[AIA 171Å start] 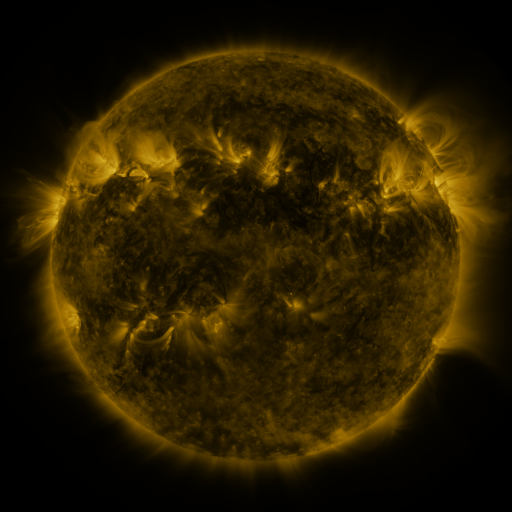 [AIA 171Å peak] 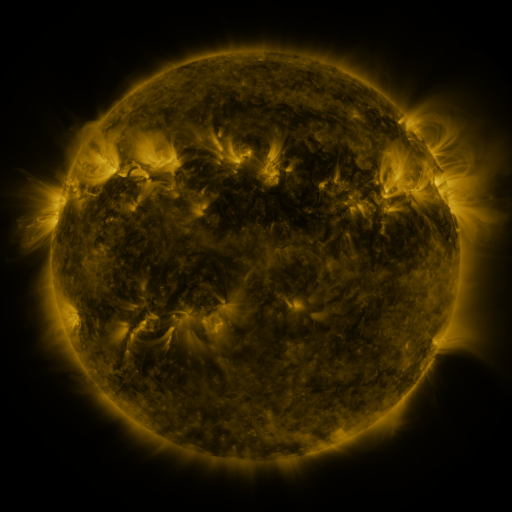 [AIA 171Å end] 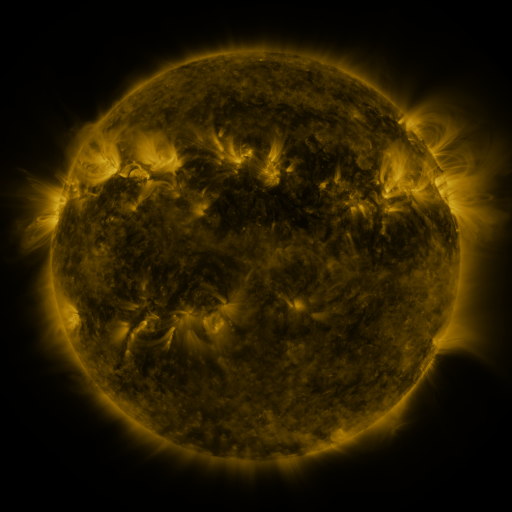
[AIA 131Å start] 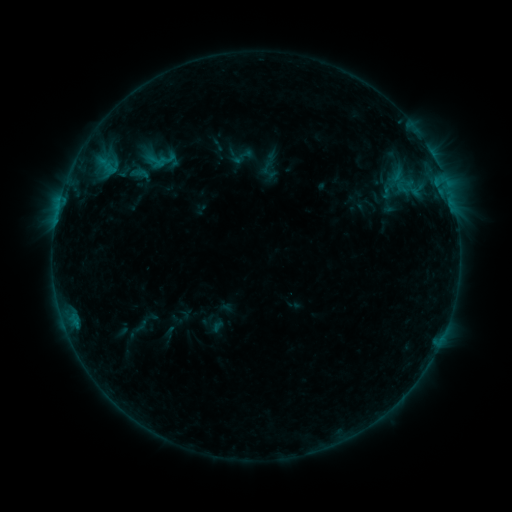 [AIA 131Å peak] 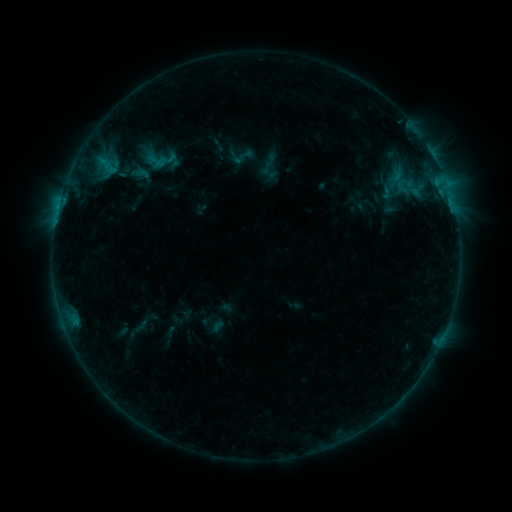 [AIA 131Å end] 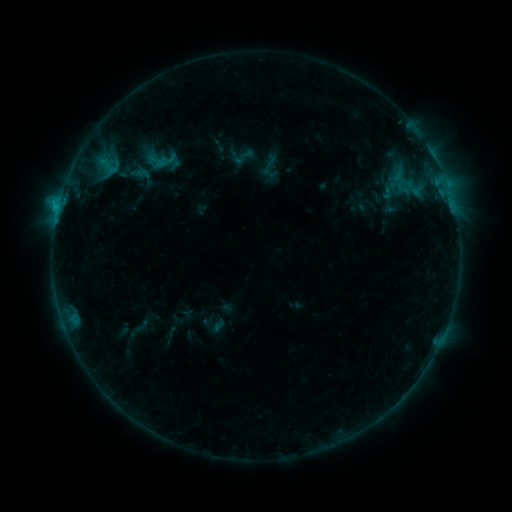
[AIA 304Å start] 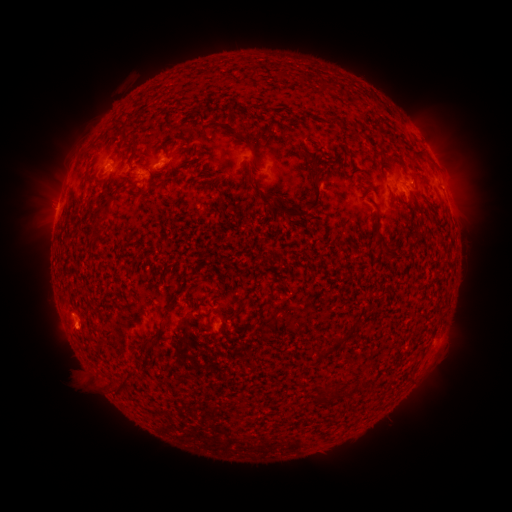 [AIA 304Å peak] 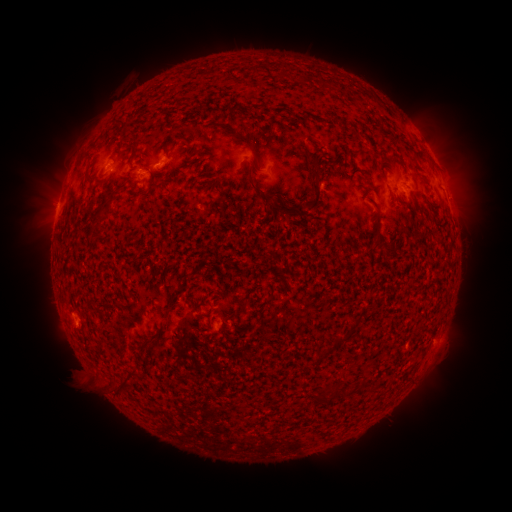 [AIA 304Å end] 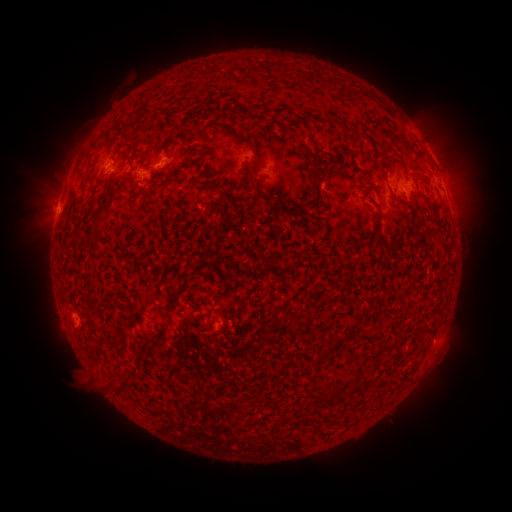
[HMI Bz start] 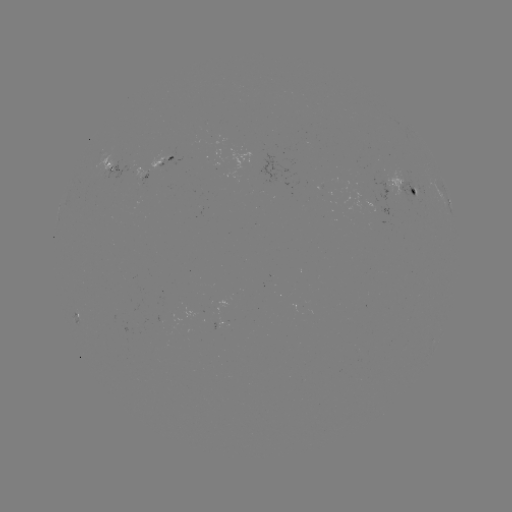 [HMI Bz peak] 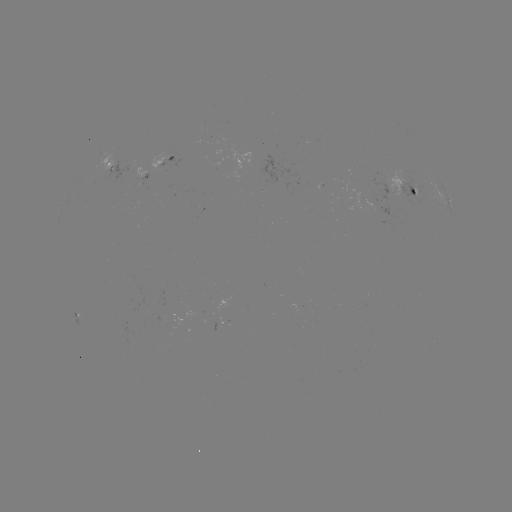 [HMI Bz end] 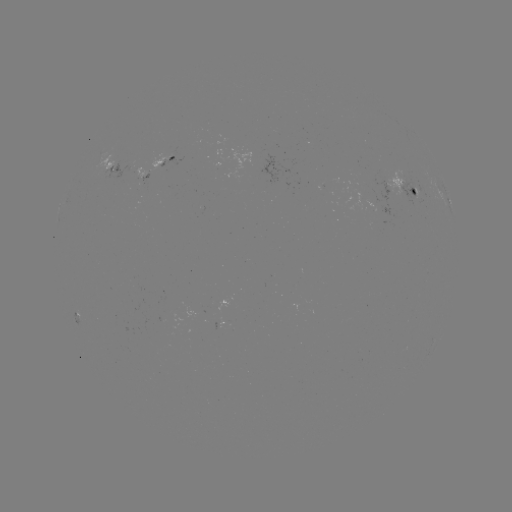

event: emerging-flux region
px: (380, 209)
